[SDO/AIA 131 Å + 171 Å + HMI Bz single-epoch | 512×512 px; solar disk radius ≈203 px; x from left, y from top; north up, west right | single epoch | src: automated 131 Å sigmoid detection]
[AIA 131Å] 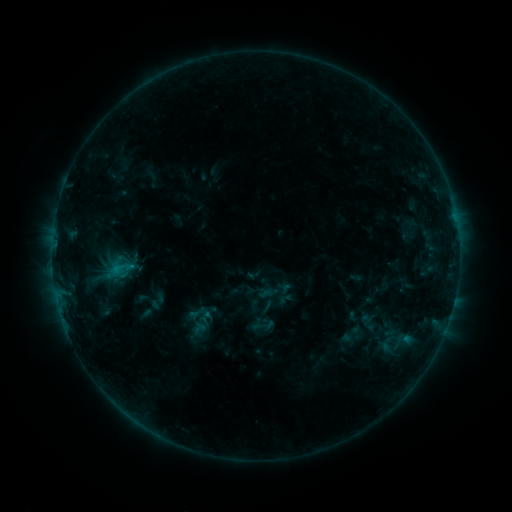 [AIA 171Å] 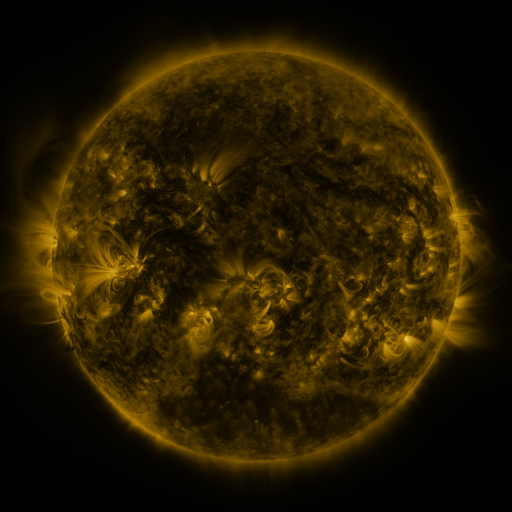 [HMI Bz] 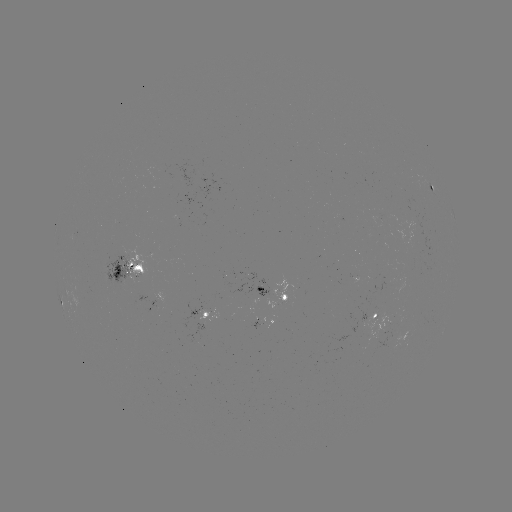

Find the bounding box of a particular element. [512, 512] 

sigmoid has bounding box [175, 302, 222, 340].